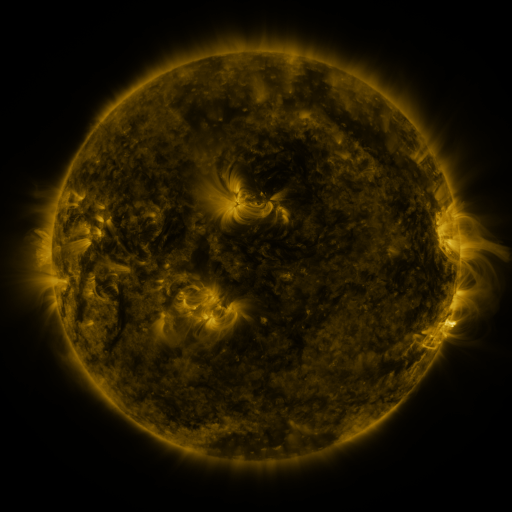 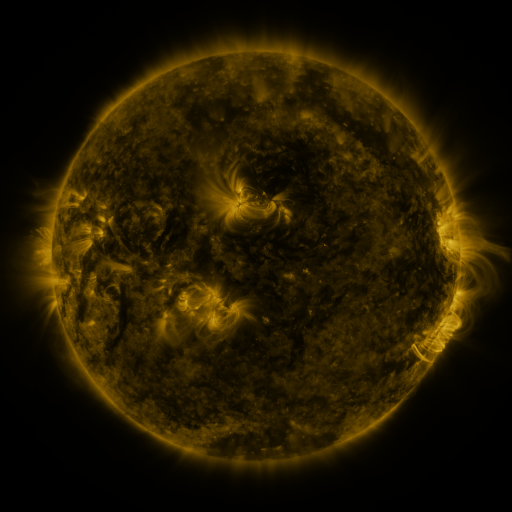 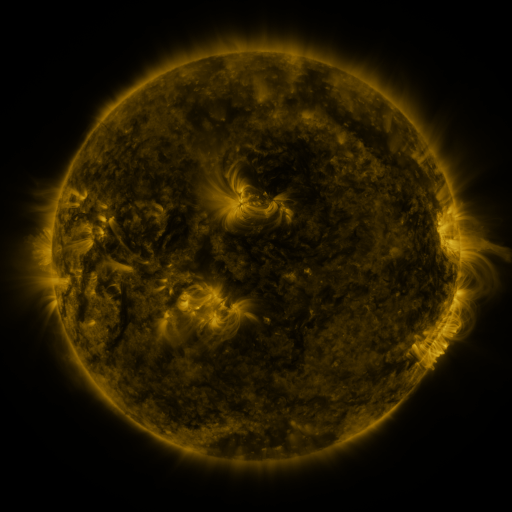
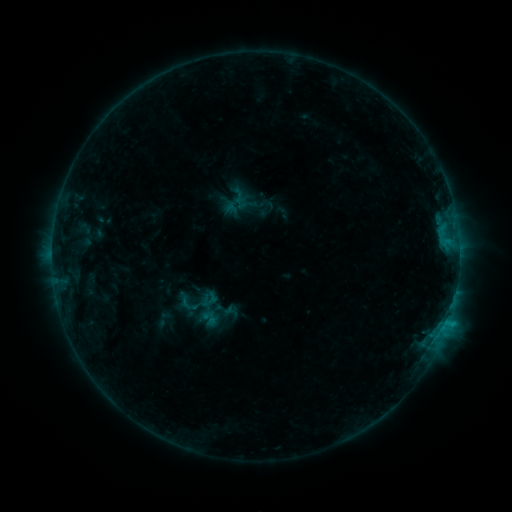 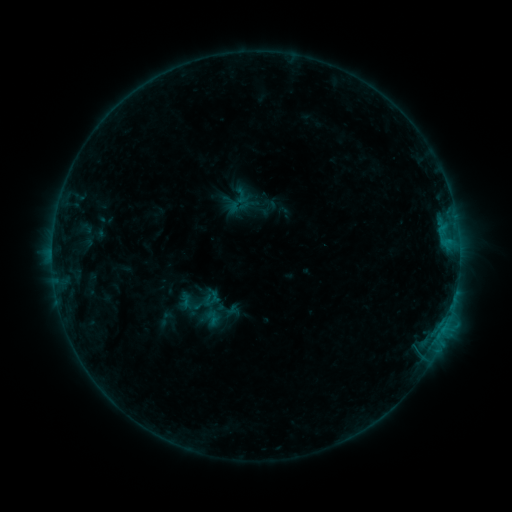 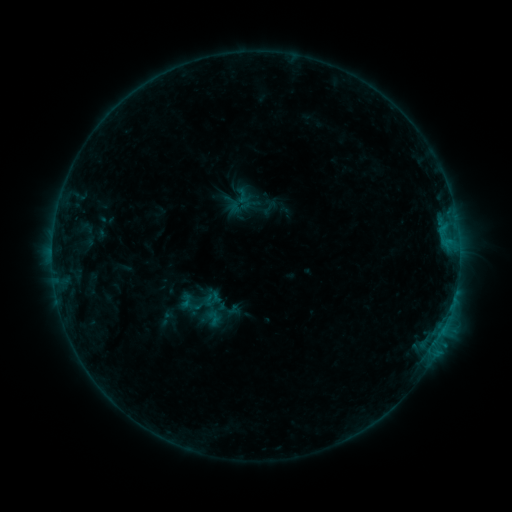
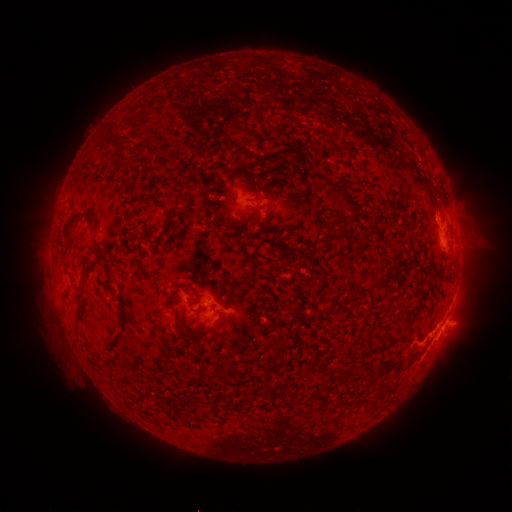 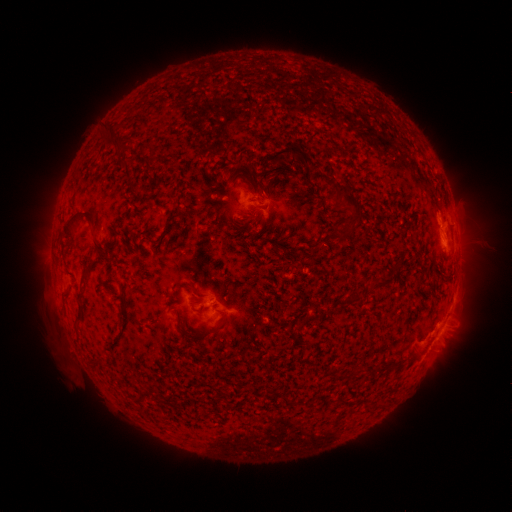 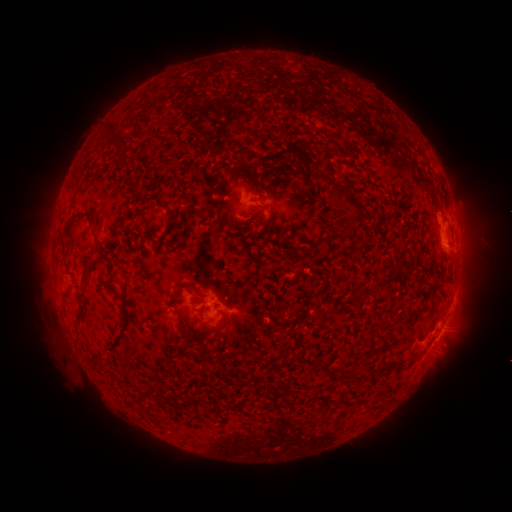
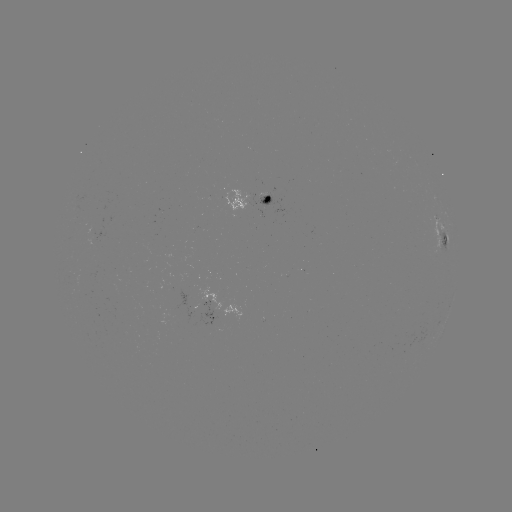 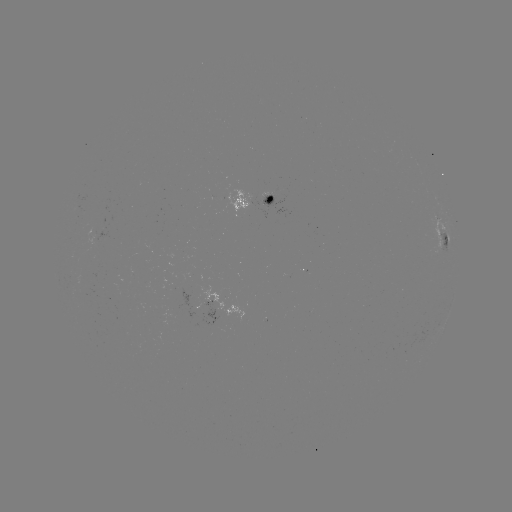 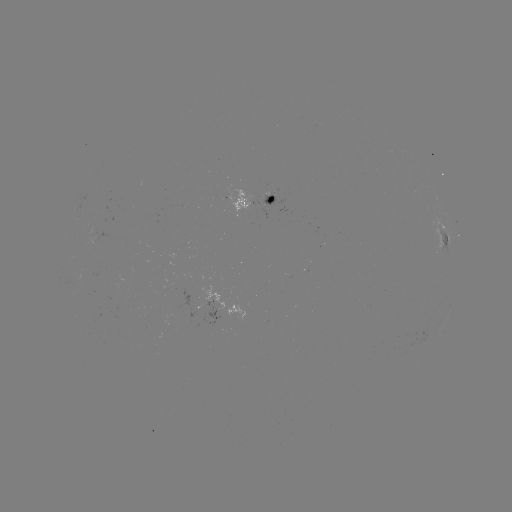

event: emerging-flux region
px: (147, 331)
